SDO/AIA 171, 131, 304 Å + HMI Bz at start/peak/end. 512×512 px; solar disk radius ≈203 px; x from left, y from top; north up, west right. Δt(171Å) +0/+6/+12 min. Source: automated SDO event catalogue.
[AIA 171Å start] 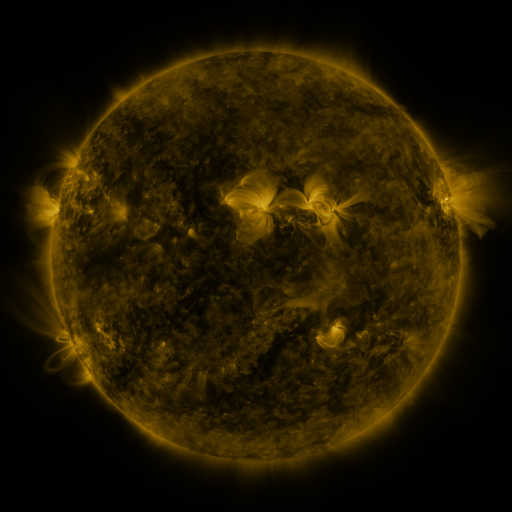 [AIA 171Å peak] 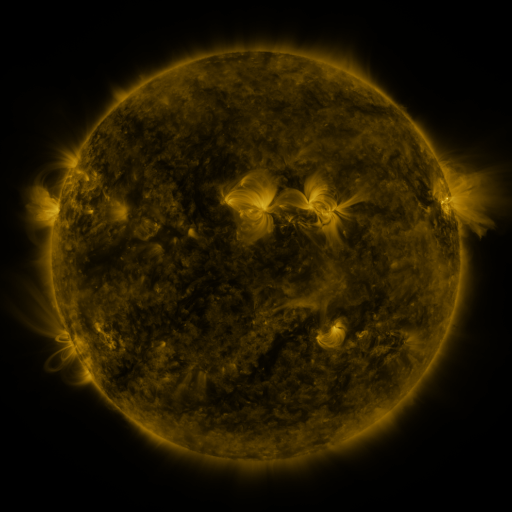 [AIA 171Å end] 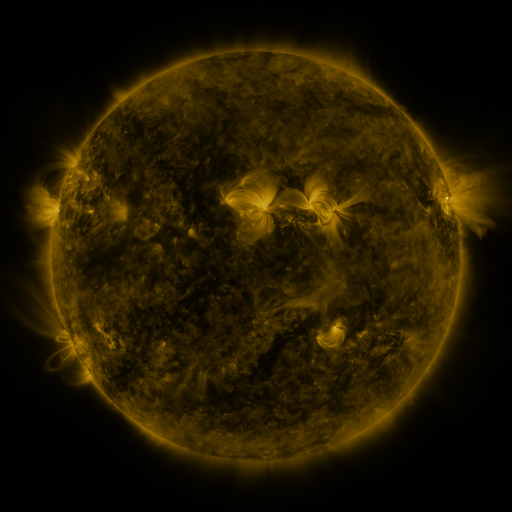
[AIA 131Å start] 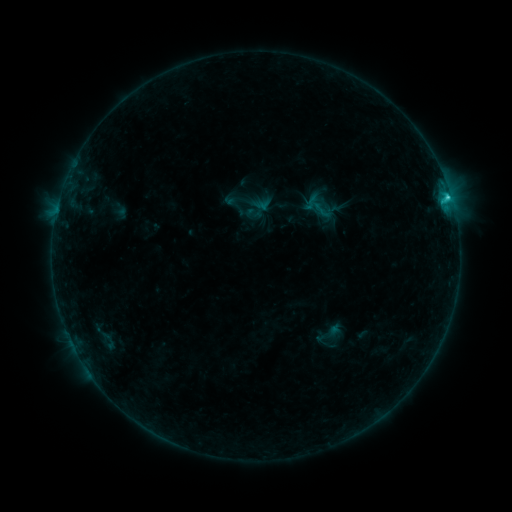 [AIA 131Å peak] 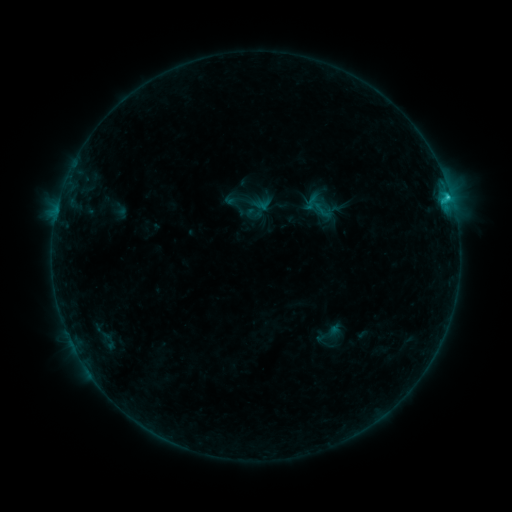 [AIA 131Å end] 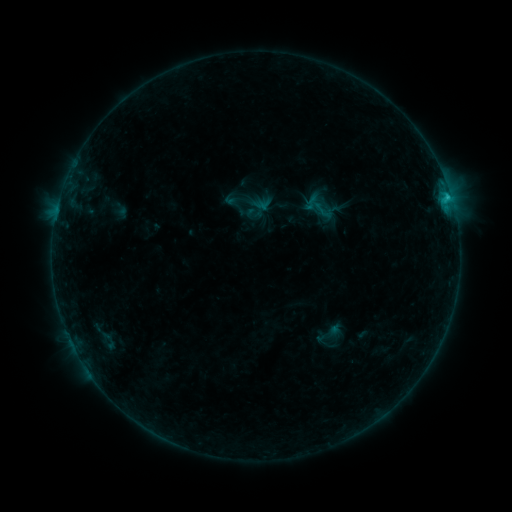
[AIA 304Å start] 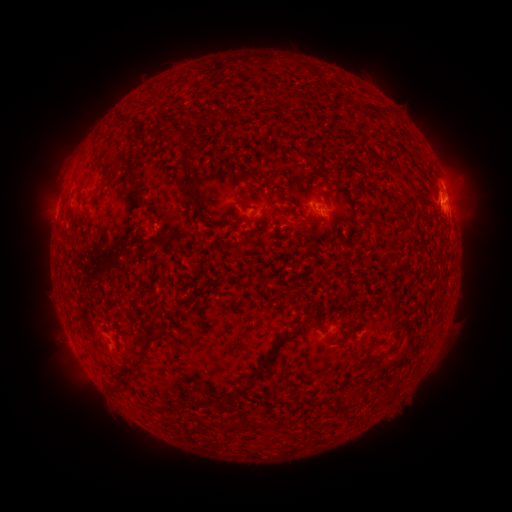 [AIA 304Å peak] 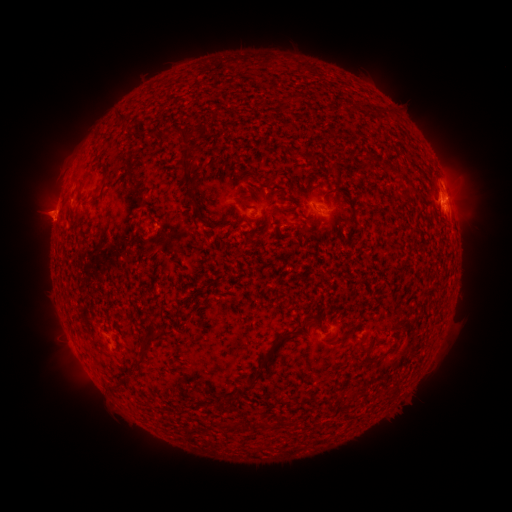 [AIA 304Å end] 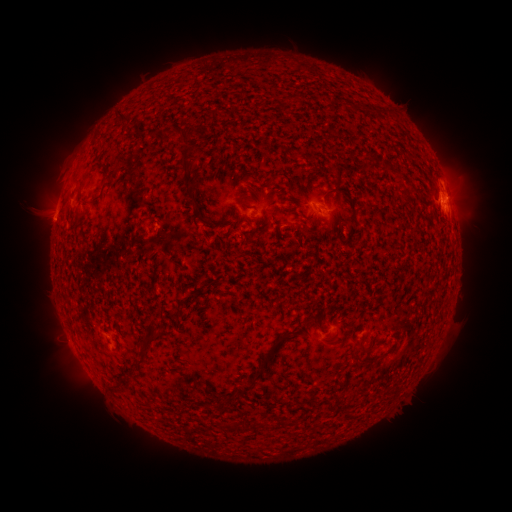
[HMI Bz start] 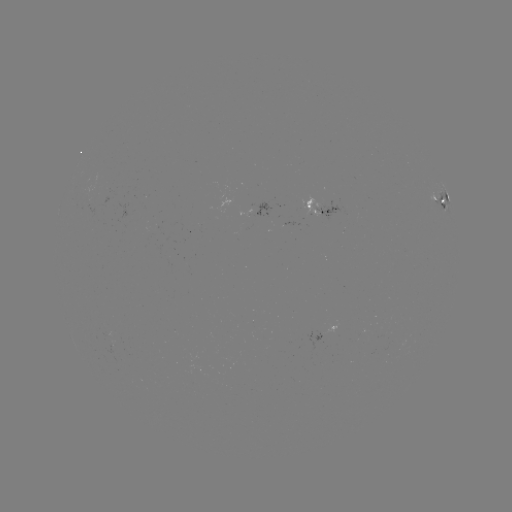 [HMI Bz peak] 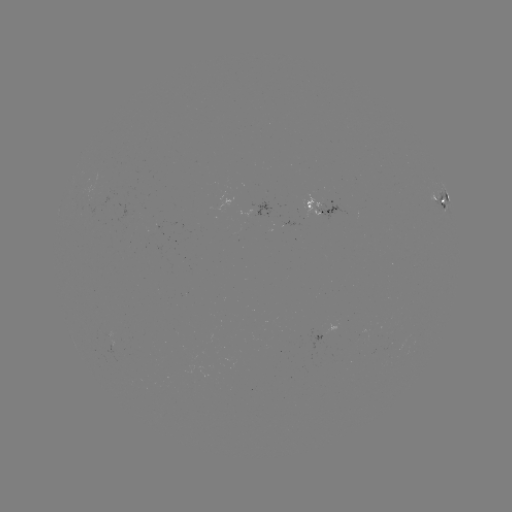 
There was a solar eruption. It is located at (47, 215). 